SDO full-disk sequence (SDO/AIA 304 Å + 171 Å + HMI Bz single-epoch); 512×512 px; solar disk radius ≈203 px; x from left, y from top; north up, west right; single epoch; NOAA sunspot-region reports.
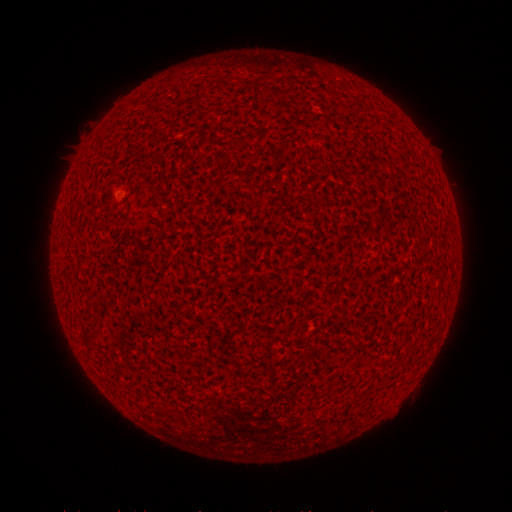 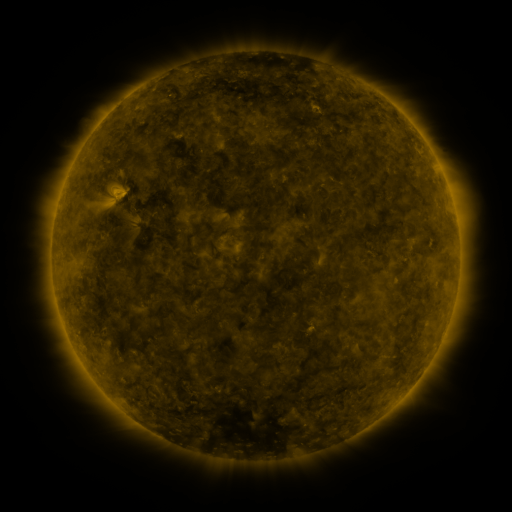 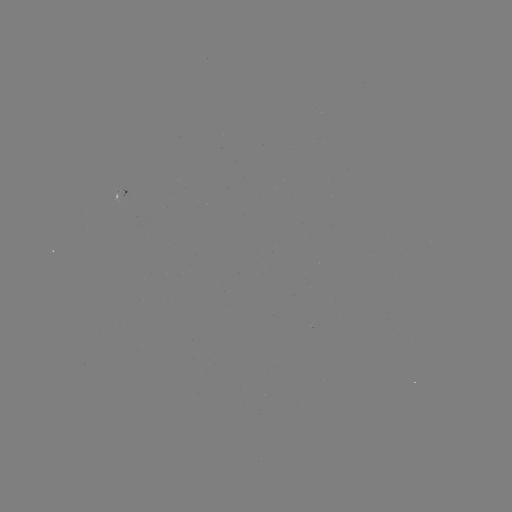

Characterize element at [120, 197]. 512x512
spotted active region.